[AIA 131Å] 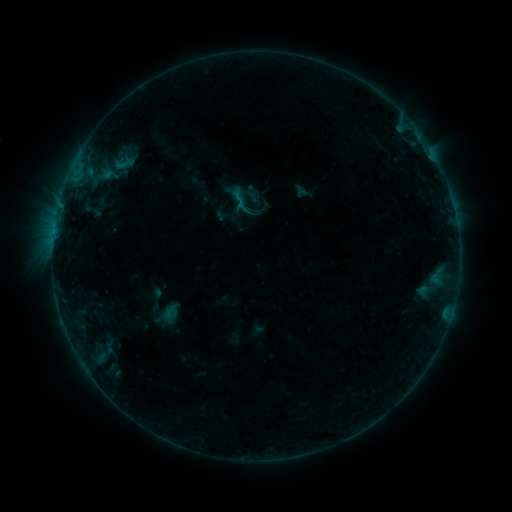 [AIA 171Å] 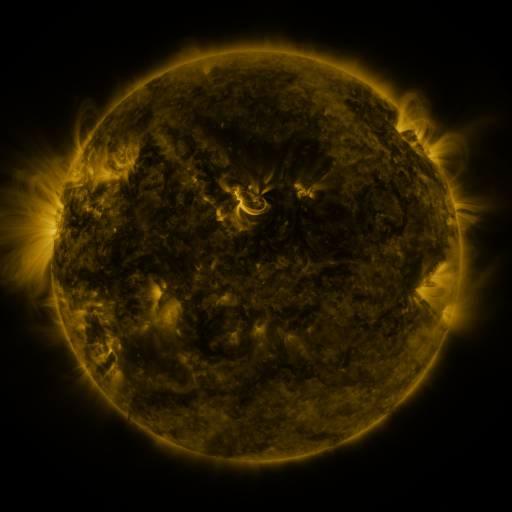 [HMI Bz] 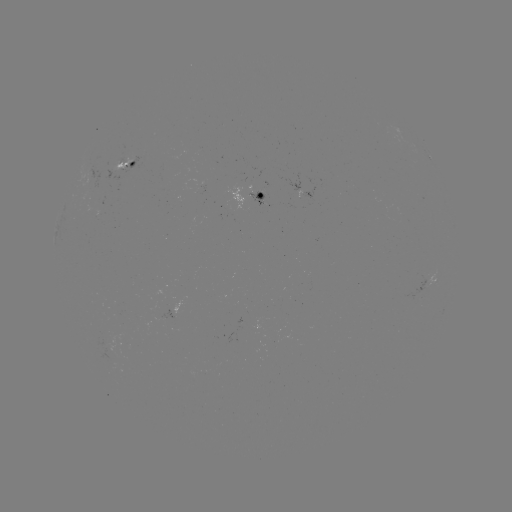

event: sigmoid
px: (124, 164)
